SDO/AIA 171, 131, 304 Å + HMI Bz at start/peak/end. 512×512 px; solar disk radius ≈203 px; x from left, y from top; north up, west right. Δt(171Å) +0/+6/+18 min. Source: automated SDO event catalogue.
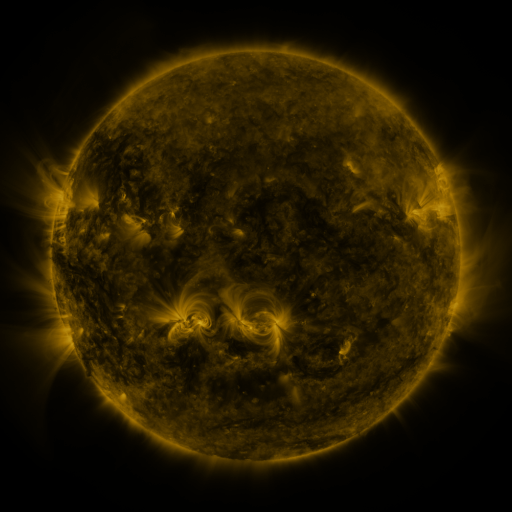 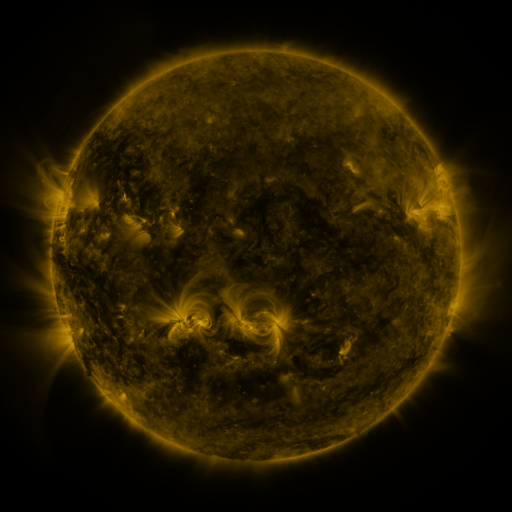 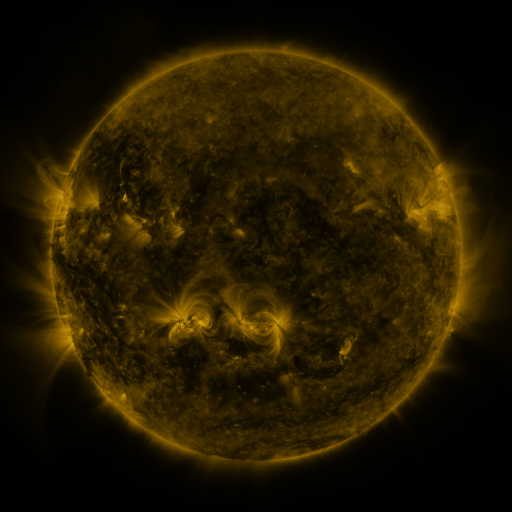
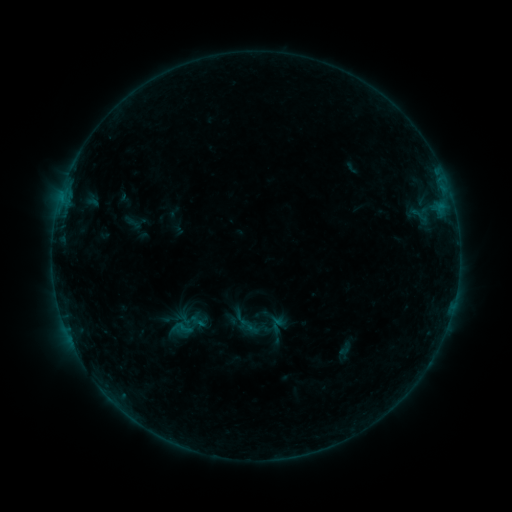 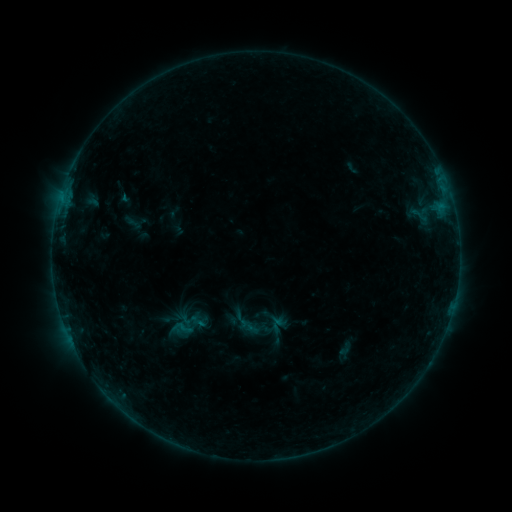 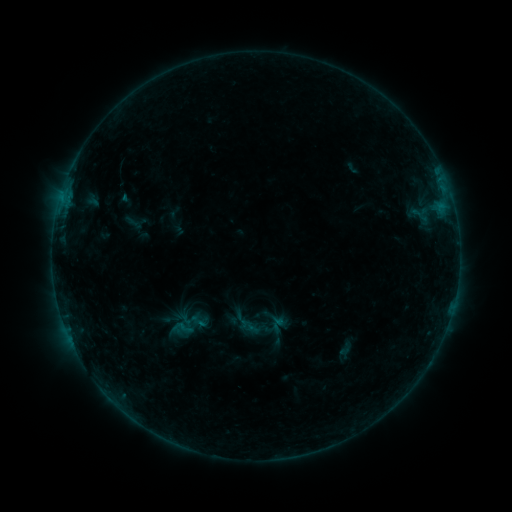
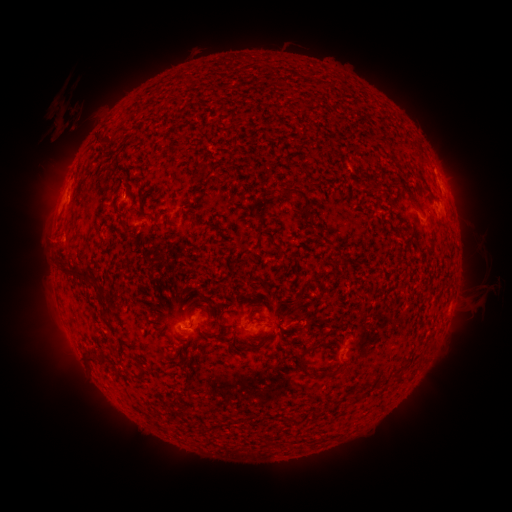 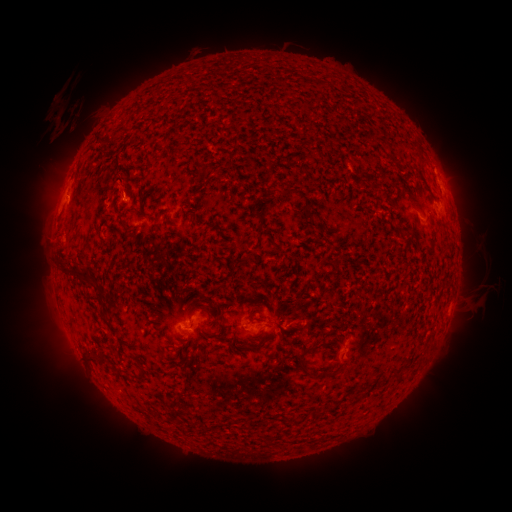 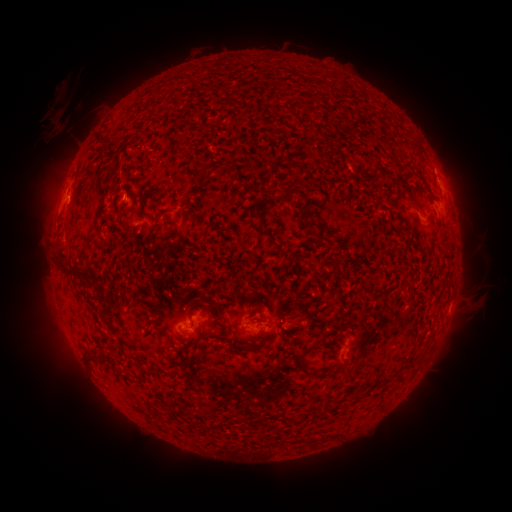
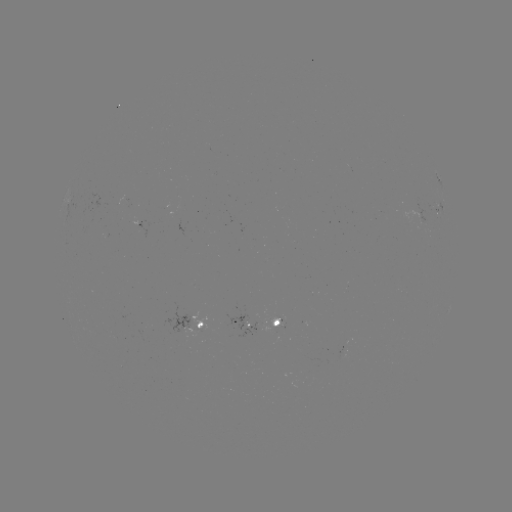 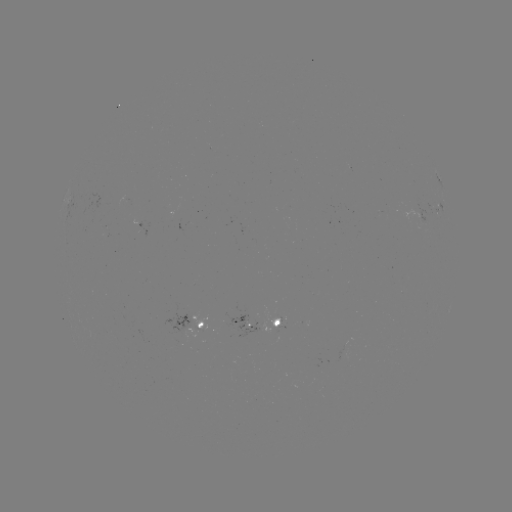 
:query eruption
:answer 117,177